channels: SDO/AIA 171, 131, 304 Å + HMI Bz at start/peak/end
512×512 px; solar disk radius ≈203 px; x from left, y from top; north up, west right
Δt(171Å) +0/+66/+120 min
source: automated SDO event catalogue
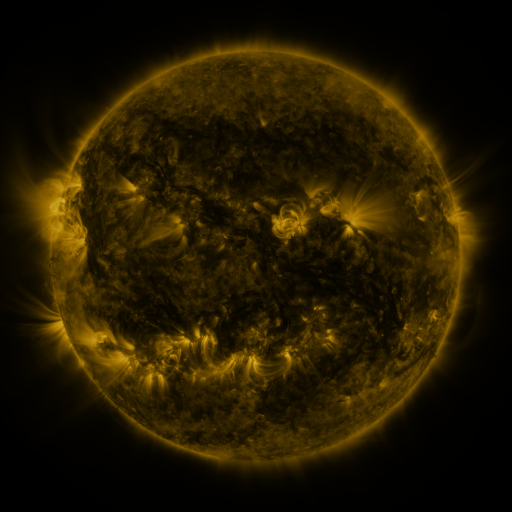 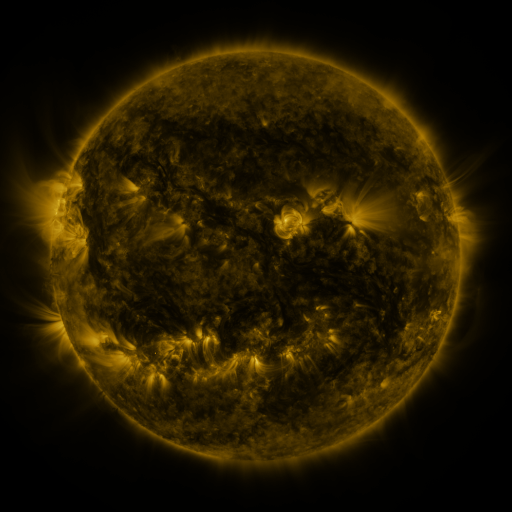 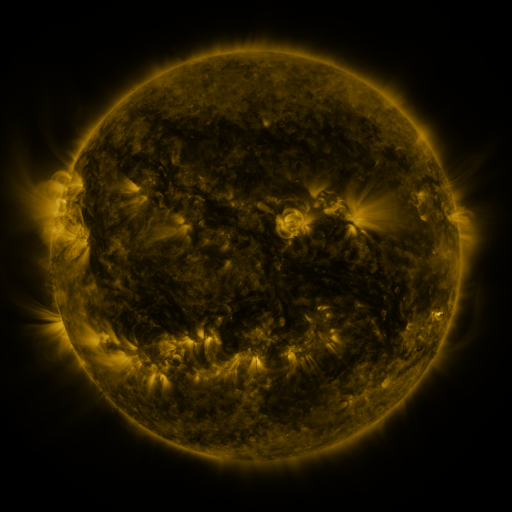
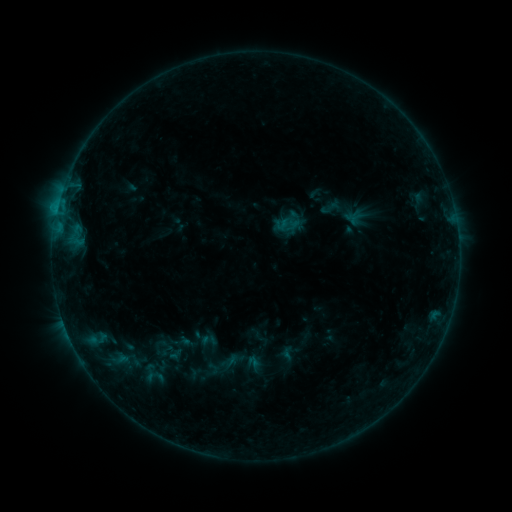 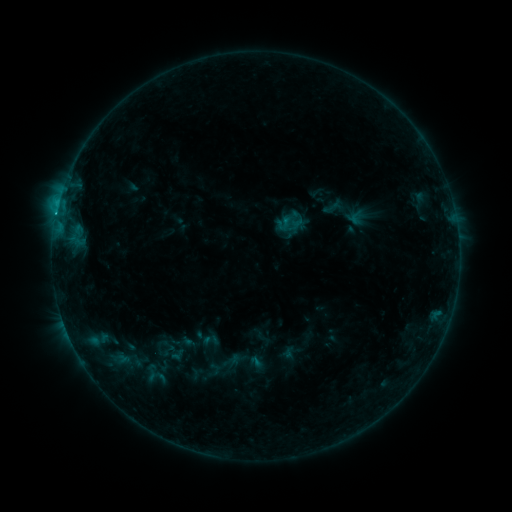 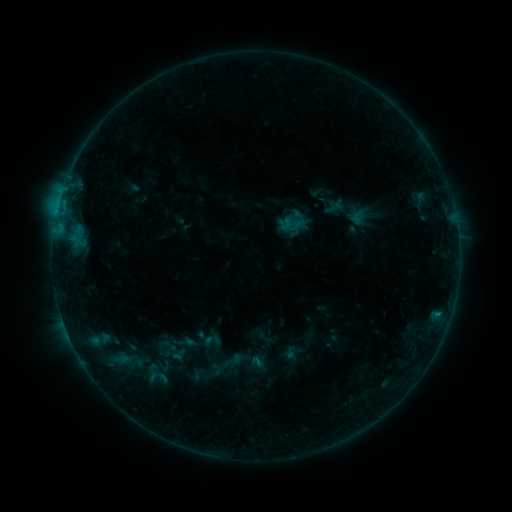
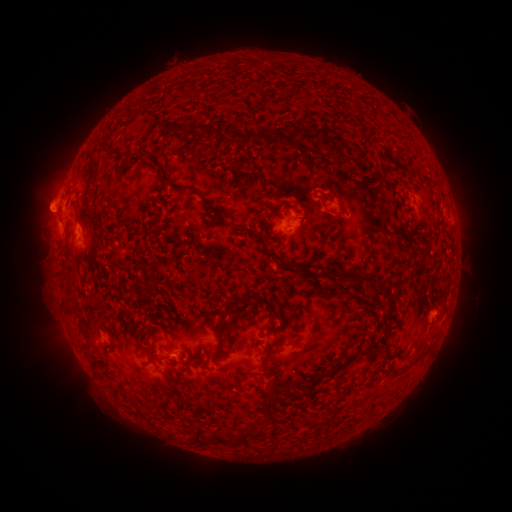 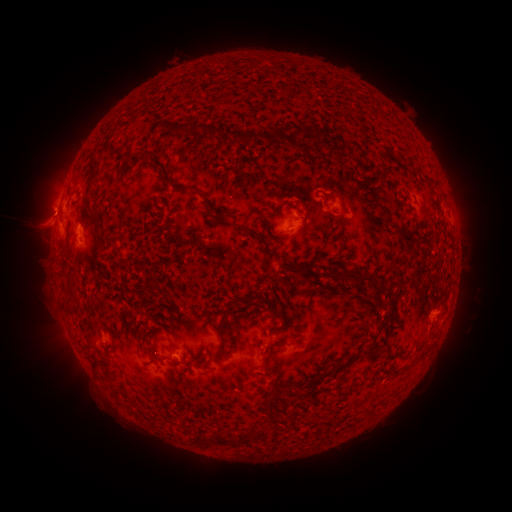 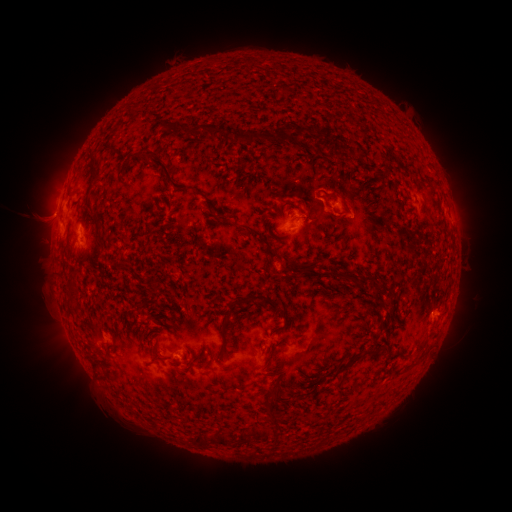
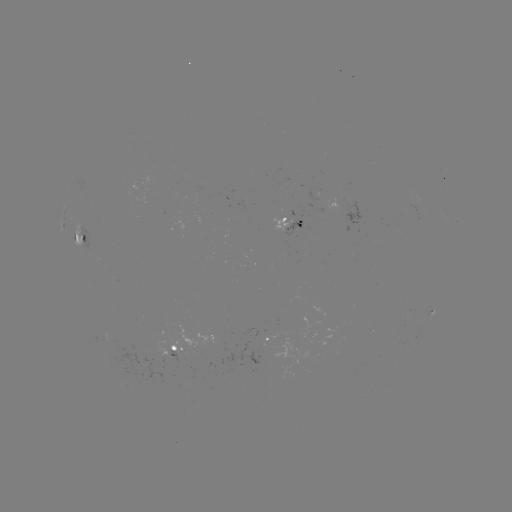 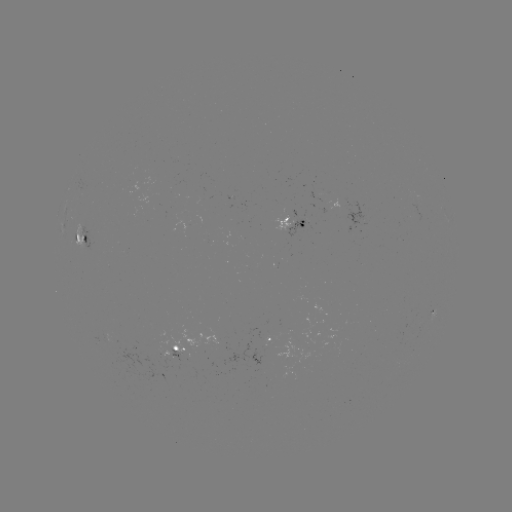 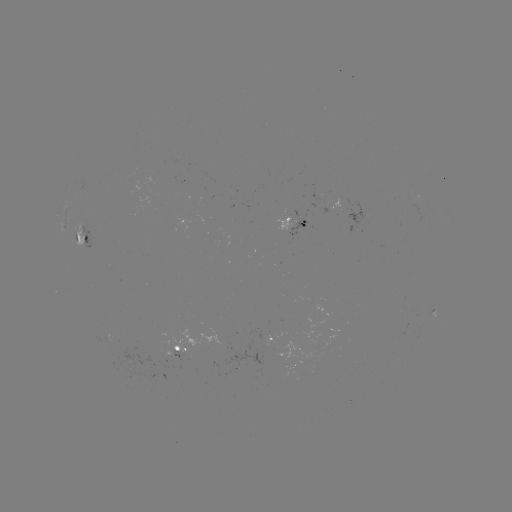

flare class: C1.0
